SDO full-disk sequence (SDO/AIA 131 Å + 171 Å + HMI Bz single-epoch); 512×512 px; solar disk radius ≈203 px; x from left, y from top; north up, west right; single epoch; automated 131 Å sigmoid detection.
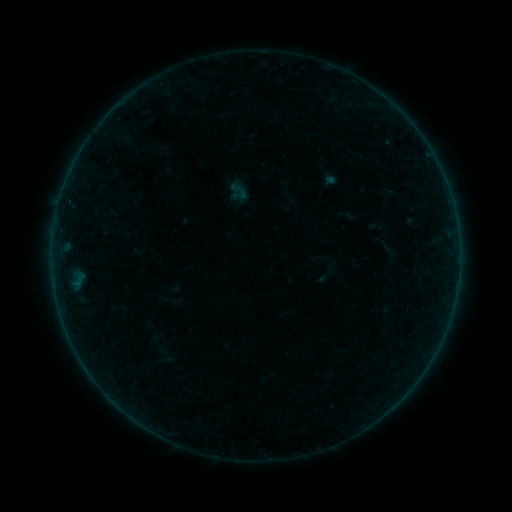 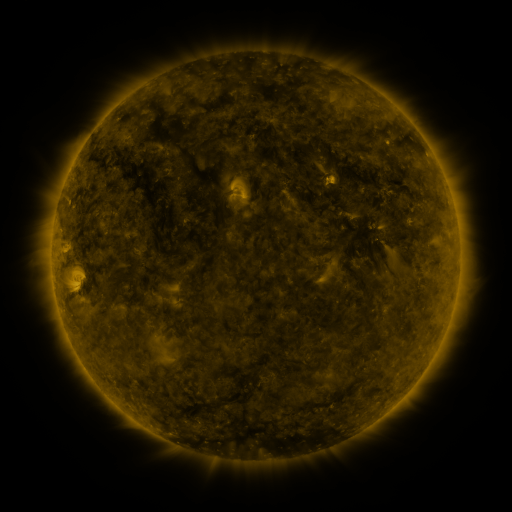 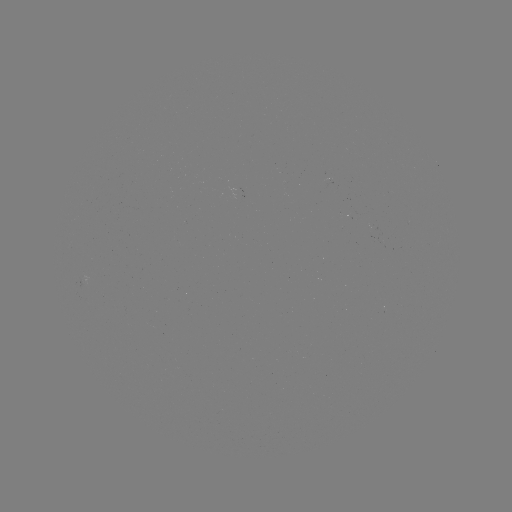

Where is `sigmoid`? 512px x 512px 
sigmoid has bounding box [232, 183, 249, 200].